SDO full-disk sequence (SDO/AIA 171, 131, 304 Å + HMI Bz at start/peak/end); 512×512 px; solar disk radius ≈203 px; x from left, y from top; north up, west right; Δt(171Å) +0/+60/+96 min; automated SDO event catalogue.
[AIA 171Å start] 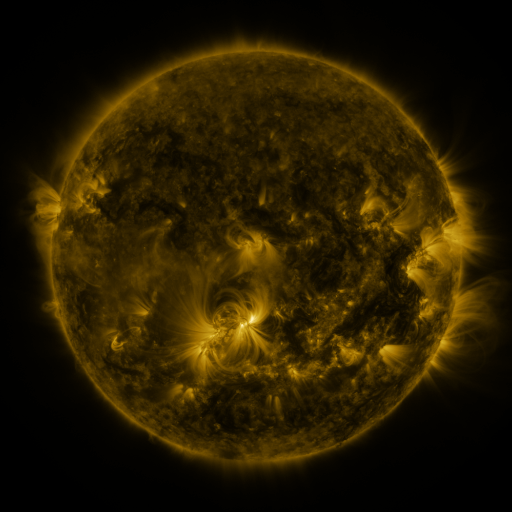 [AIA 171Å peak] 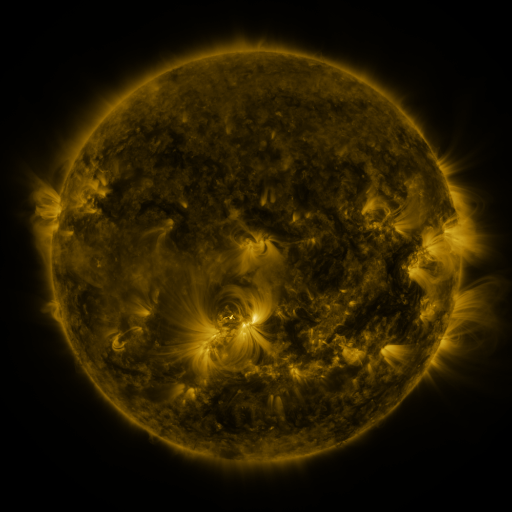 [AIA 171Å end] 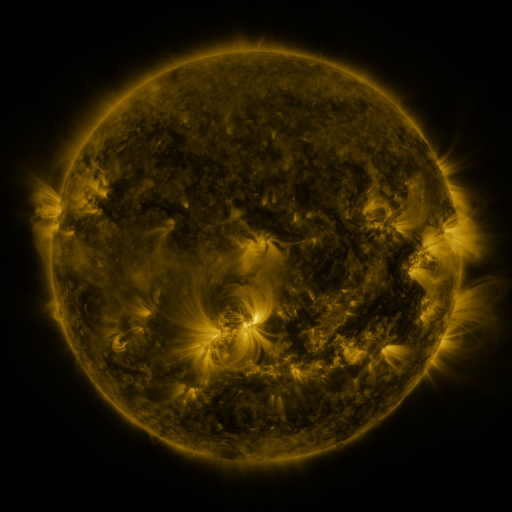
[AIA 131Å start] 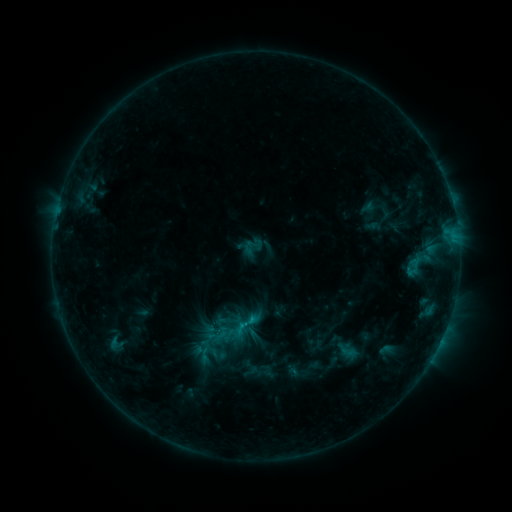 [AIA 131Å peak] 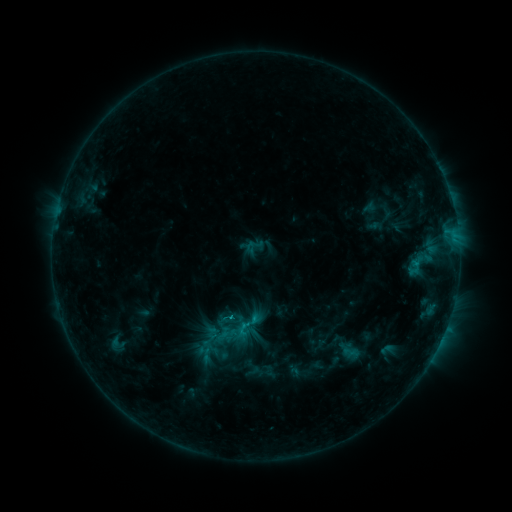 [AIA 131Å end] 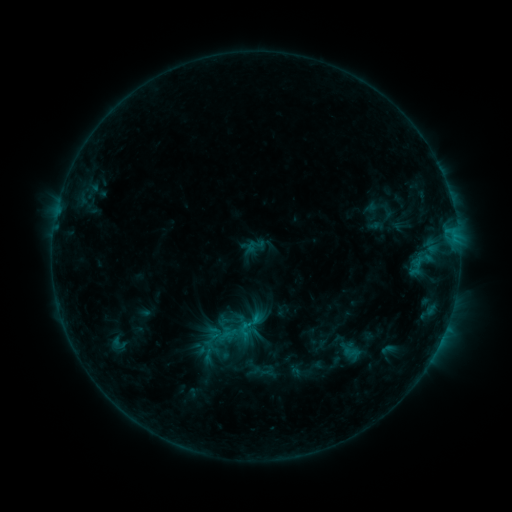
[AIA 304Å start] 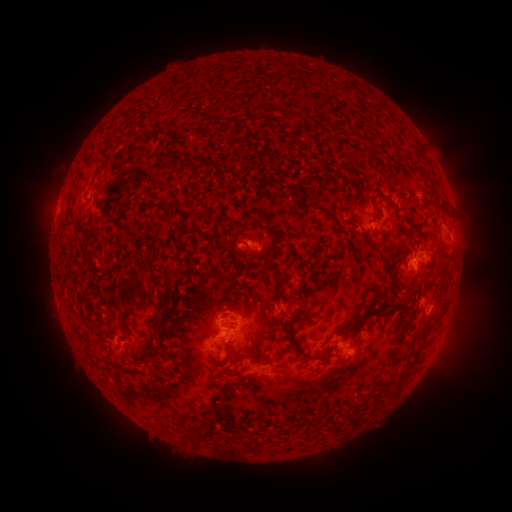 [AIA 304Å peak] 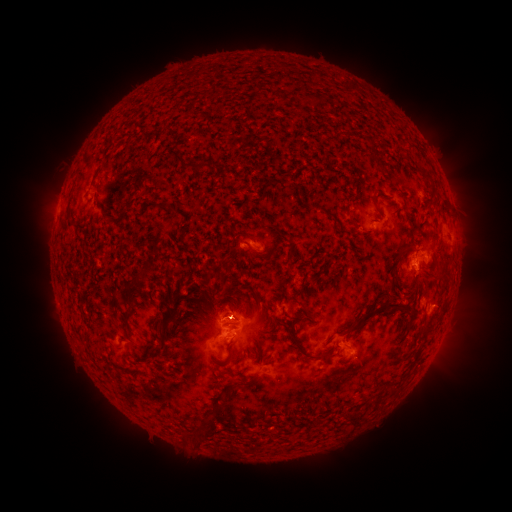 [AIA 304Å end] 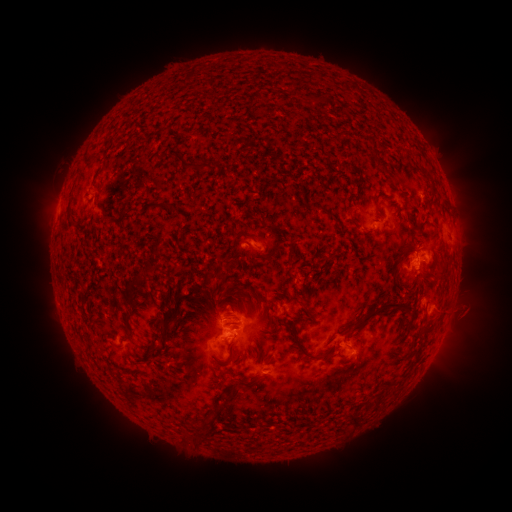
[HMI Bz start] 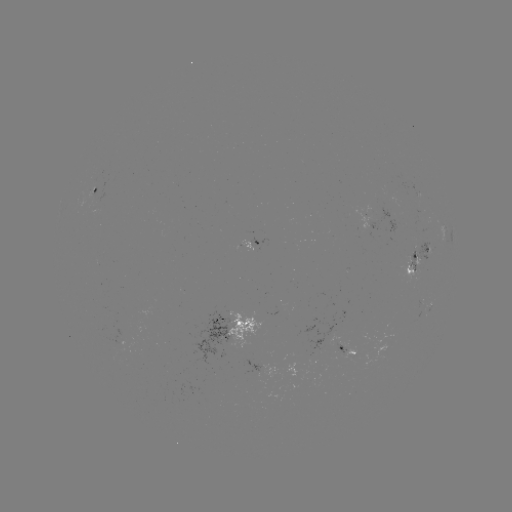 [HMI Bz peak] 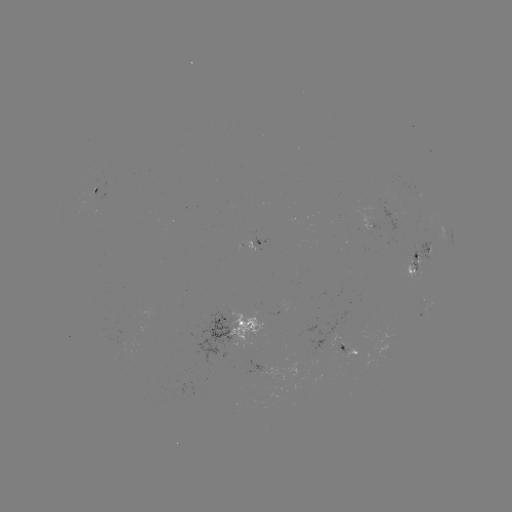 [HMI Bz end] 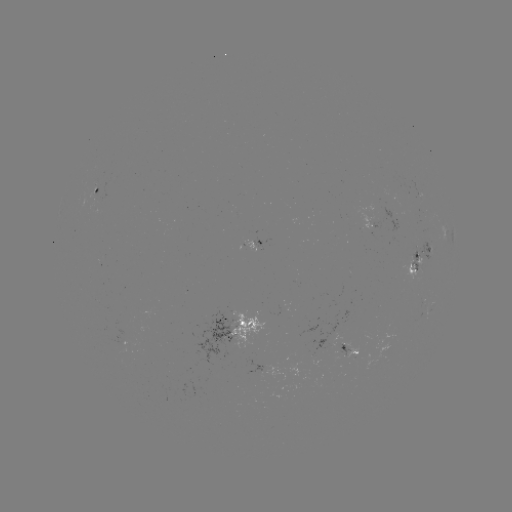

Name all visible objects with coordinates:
emerging-flux region: (112, 350)
